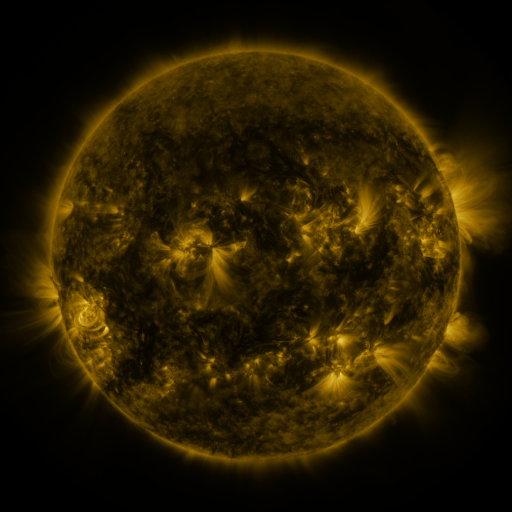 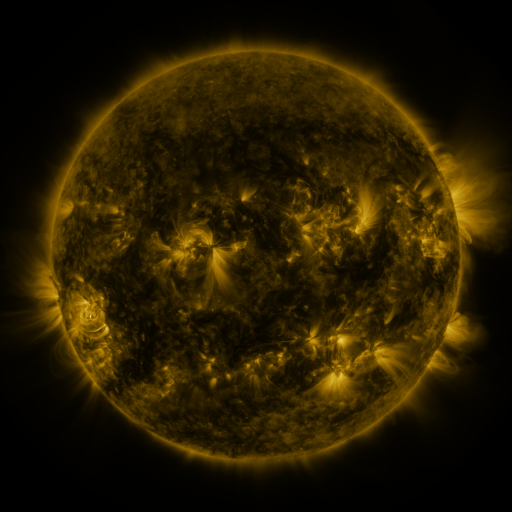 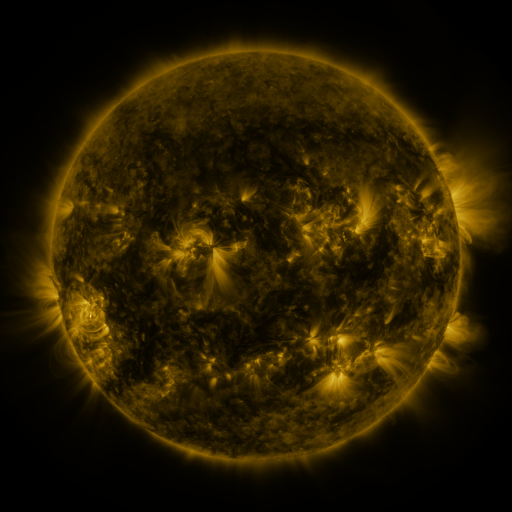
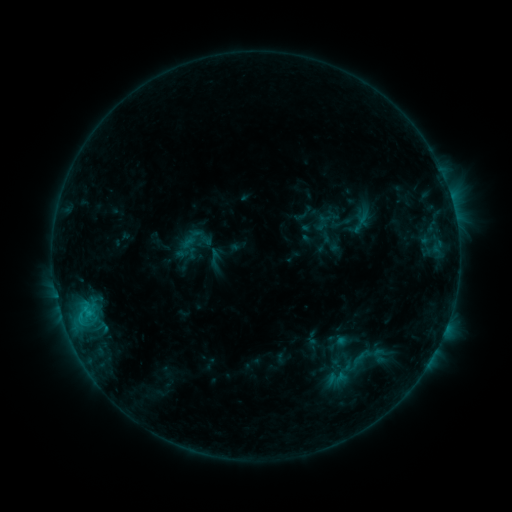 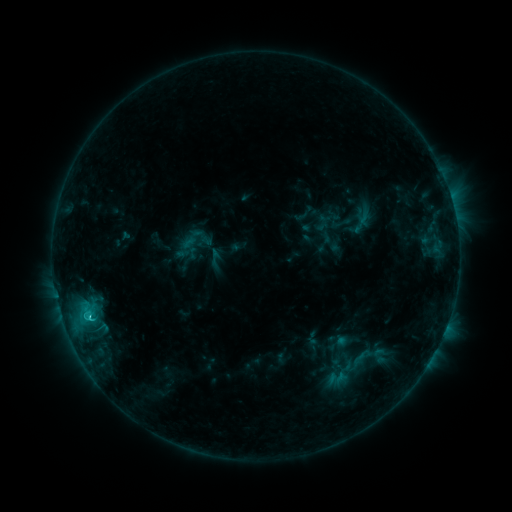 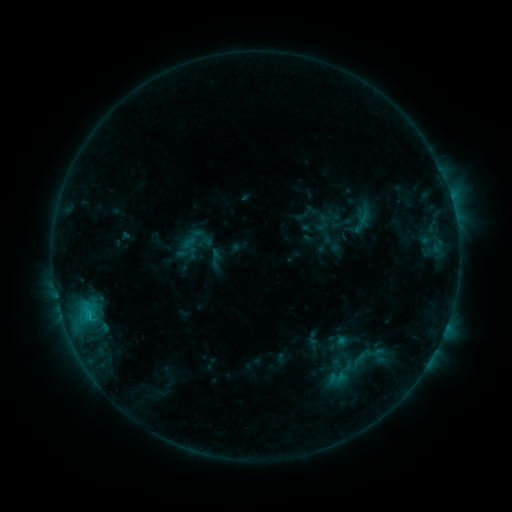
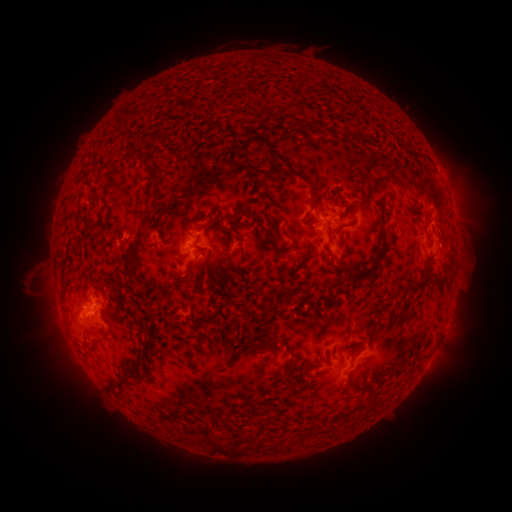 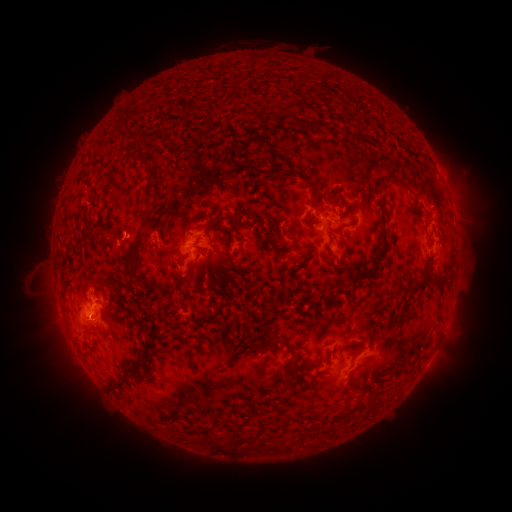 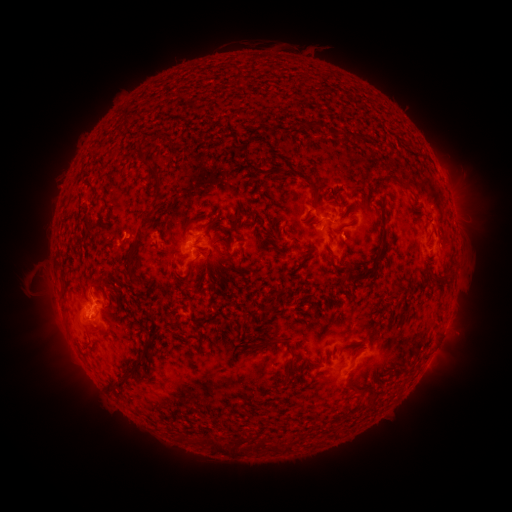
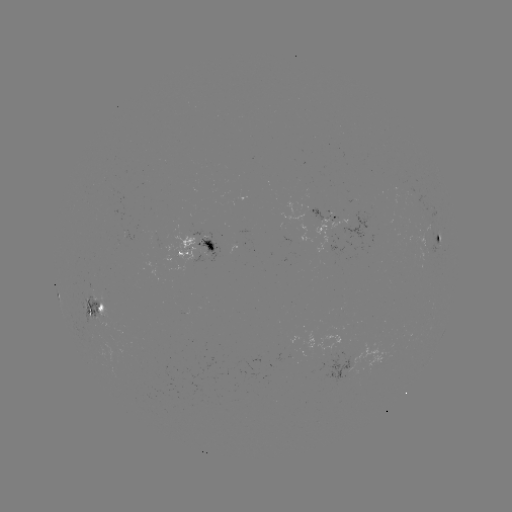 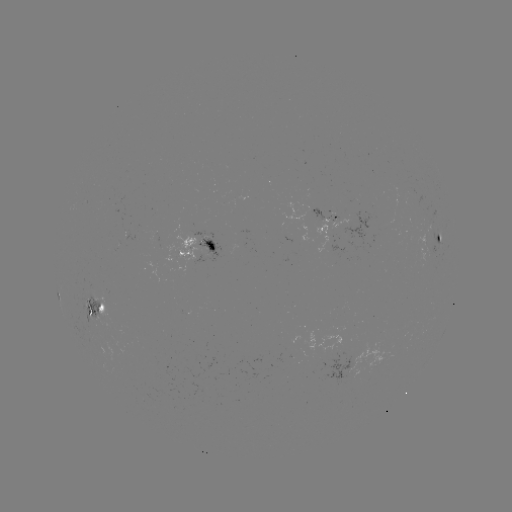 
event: flare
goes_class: C1.6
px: (91, 318)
